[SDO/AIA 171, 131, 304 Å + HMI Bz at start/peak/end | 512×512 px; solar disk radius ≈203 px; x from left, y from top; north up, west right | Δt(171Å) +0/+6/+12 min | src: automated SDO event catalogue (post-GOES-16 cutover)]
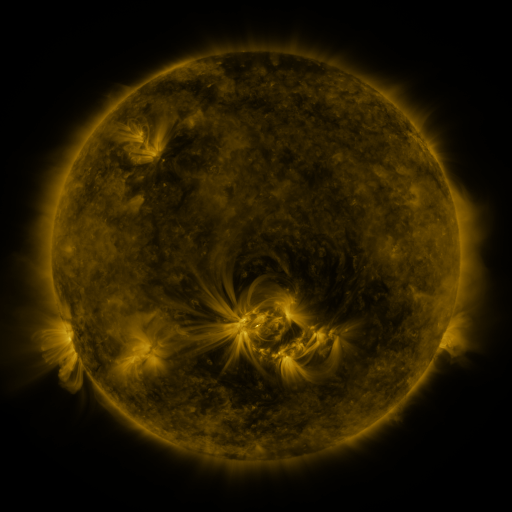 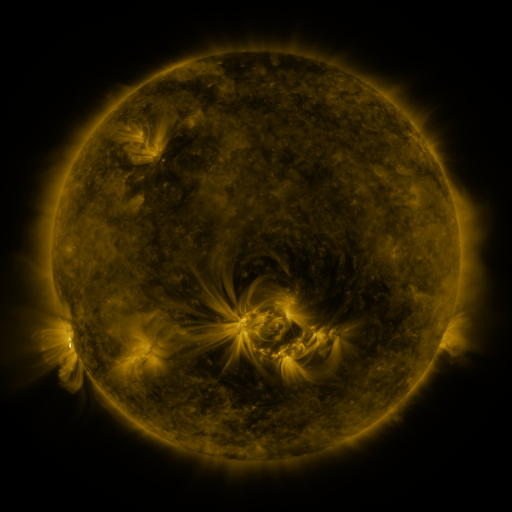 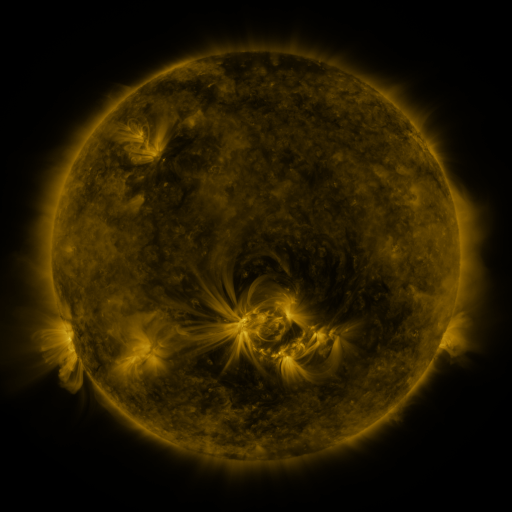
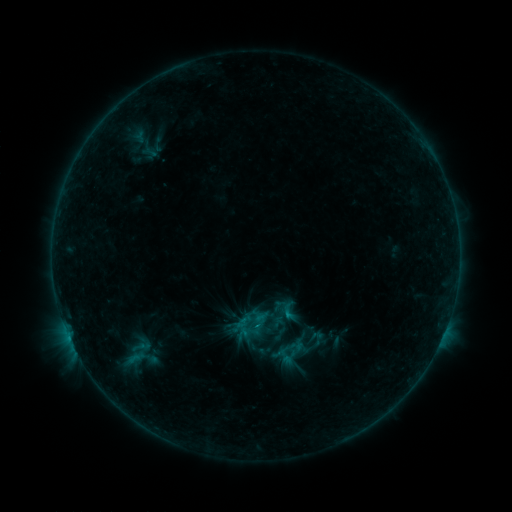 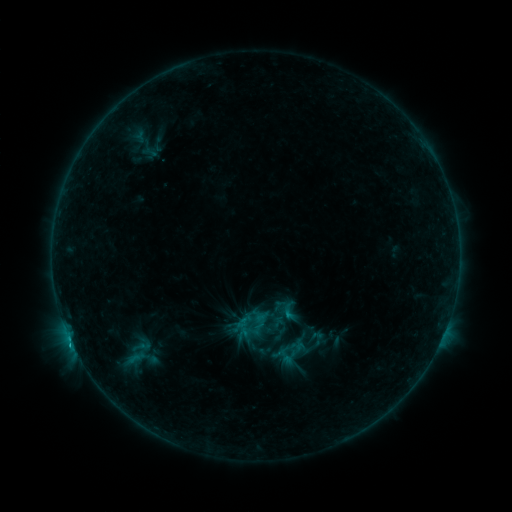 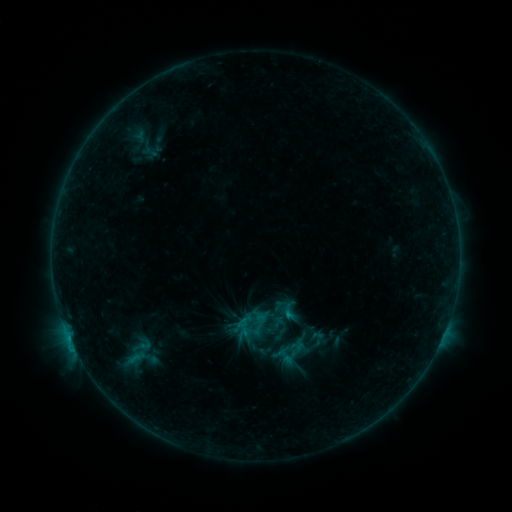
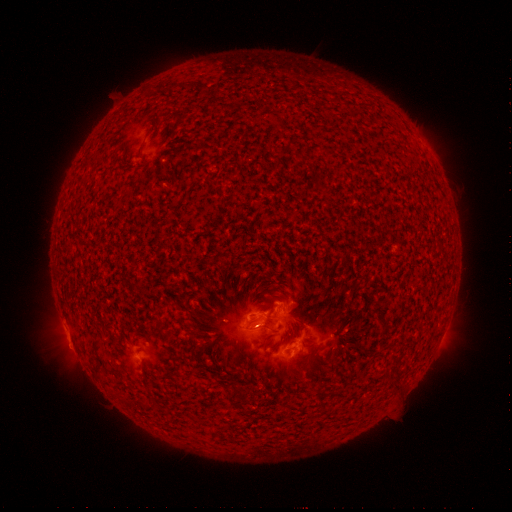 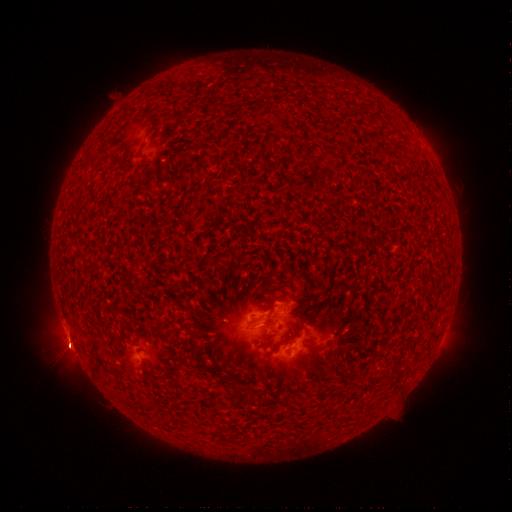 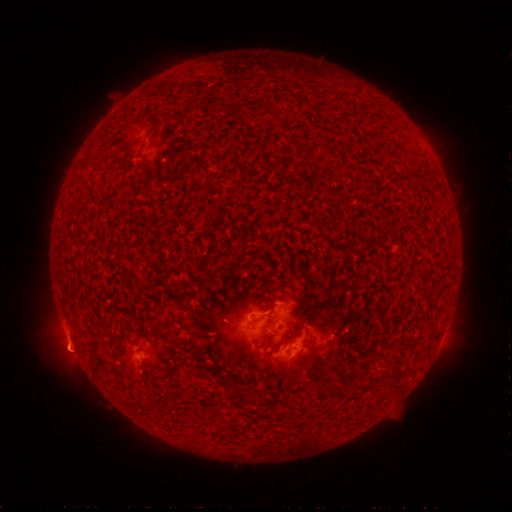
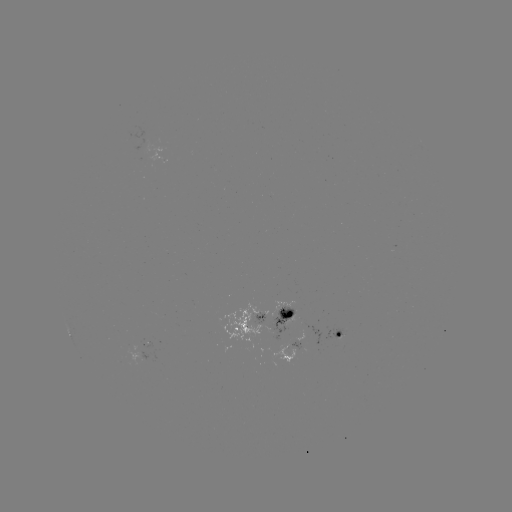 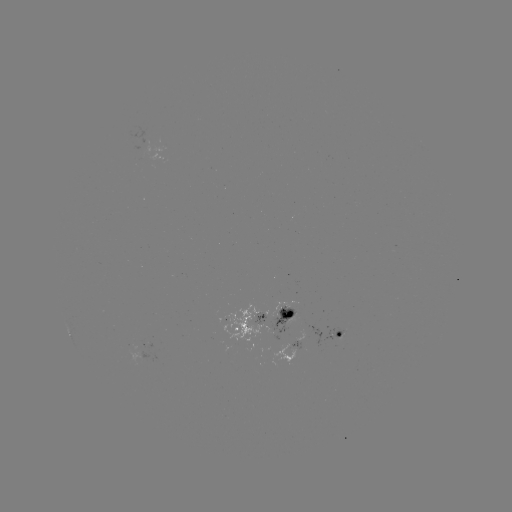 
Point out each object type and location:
B8.1 flare: (70, 338)
